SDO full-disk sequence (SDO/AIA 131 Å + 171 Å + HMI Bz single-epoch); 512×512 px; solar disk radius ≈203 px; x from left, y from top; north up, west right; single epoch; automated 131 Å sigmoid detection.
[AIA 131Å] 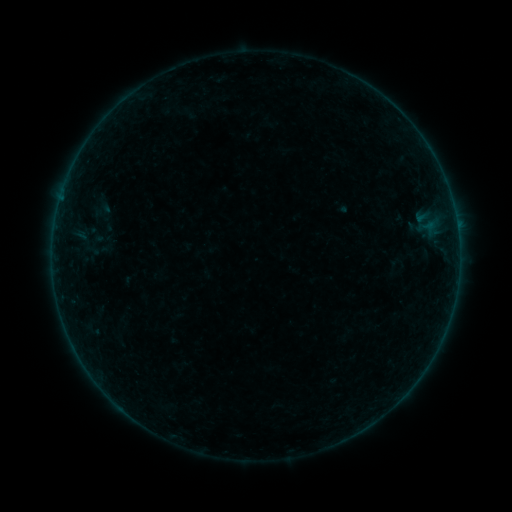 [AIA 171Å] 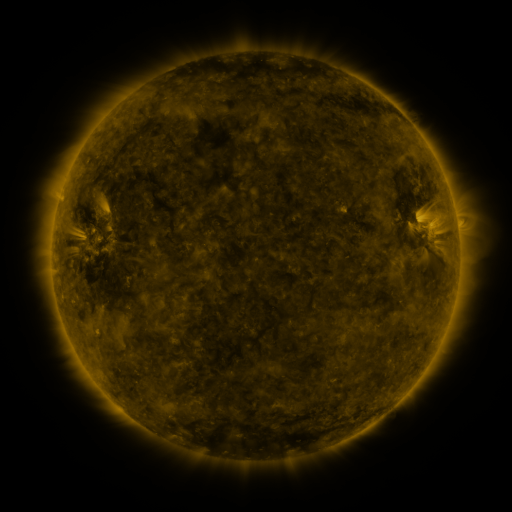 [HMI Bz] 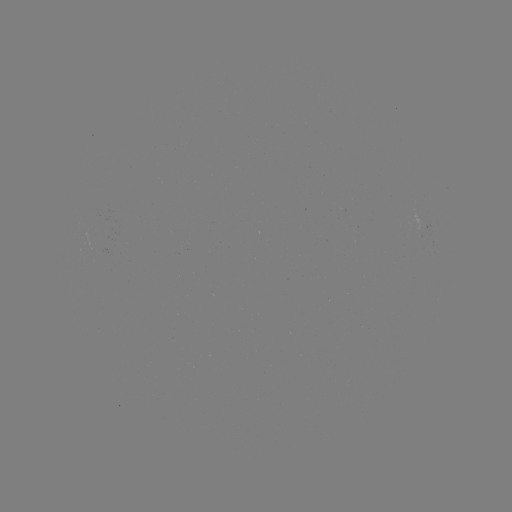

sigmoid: [91, 198, 112, 219]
